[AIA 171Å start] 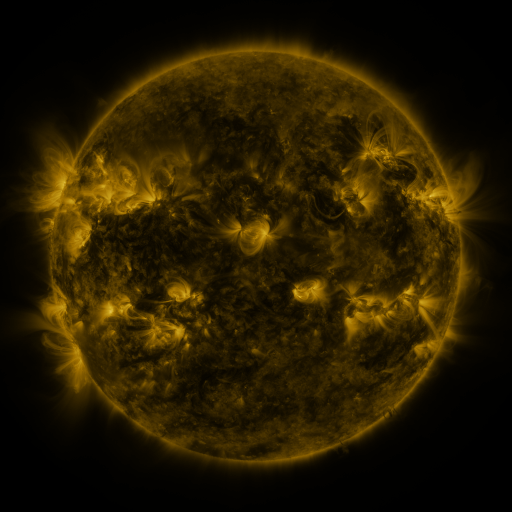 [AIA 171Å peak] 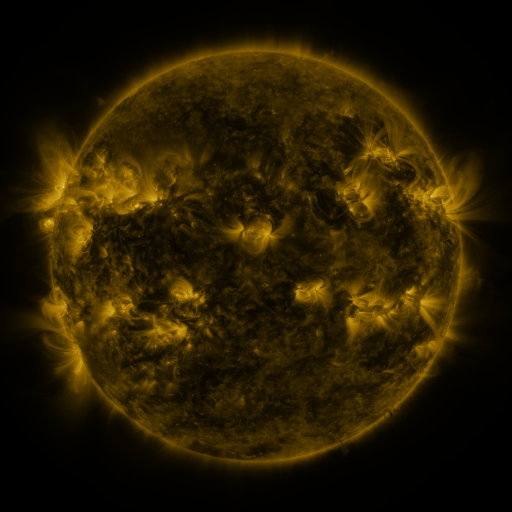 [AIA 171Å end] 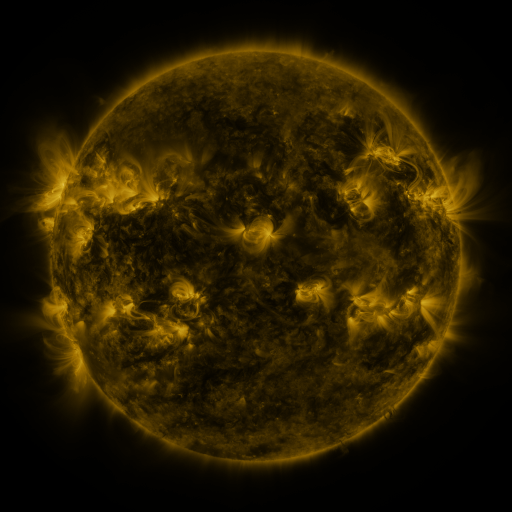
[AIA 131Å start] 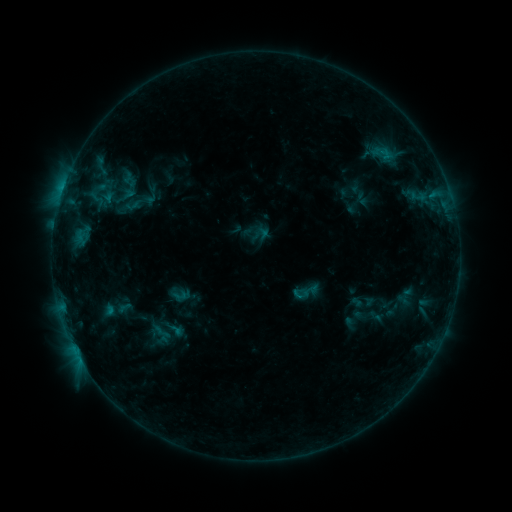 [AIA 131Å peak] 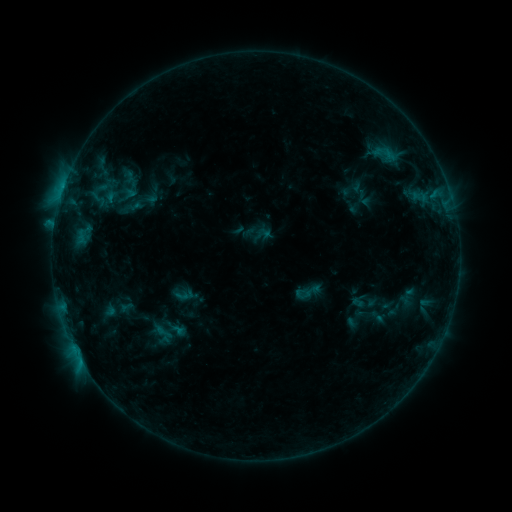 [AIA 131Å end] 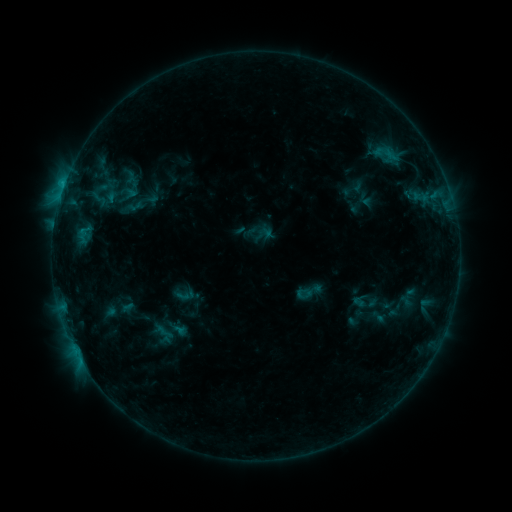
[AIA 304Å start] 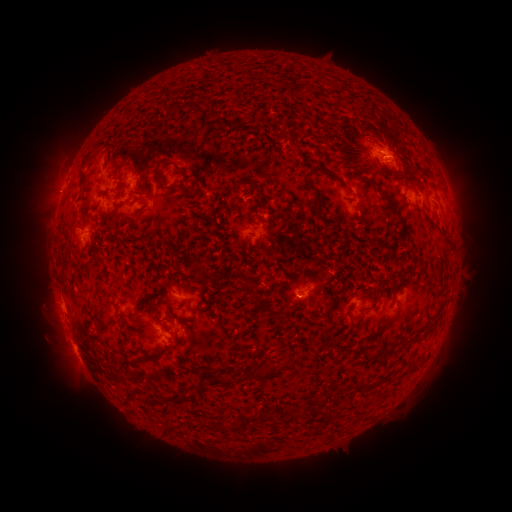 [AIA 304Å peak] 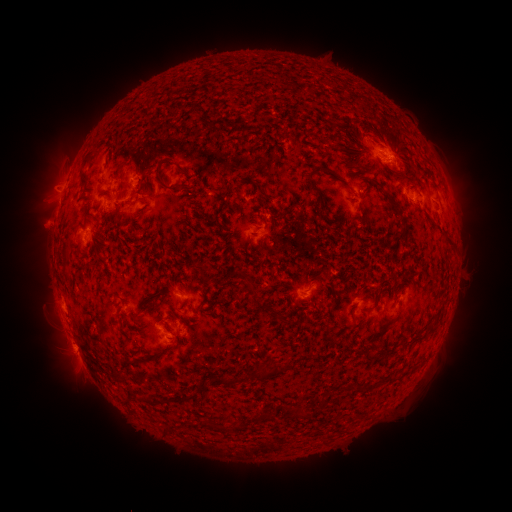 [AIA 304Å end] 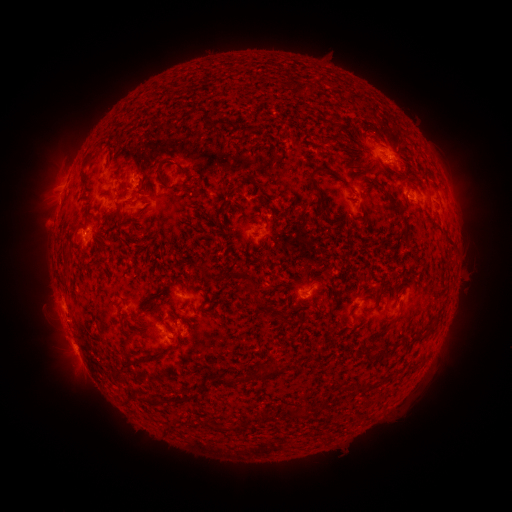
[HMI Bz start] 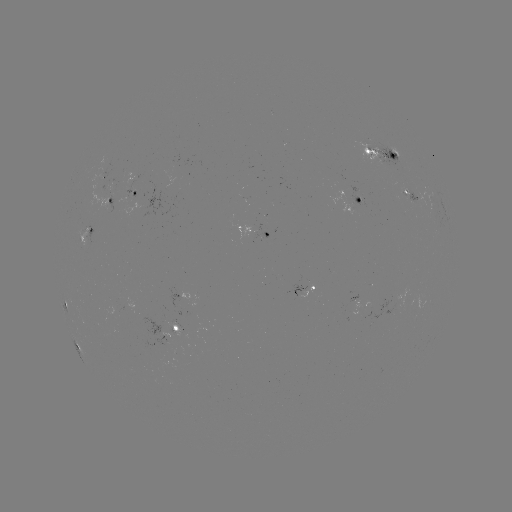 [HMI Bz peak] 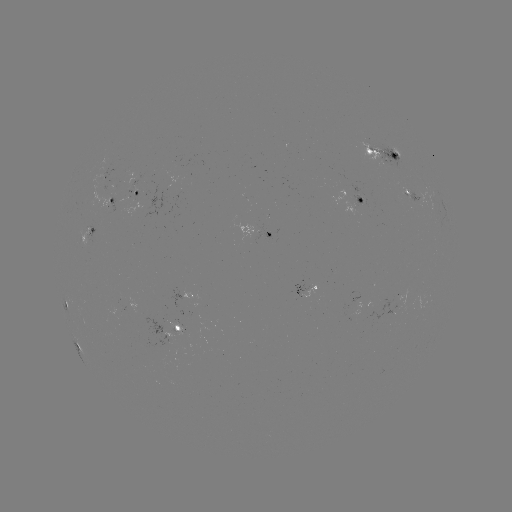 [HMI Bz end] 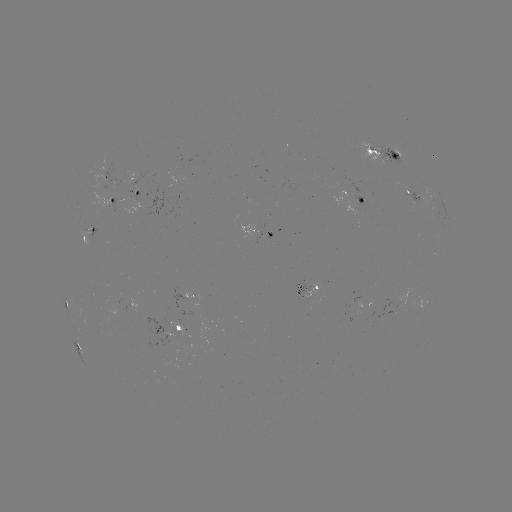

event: emerging-flux region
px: (357, 204)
